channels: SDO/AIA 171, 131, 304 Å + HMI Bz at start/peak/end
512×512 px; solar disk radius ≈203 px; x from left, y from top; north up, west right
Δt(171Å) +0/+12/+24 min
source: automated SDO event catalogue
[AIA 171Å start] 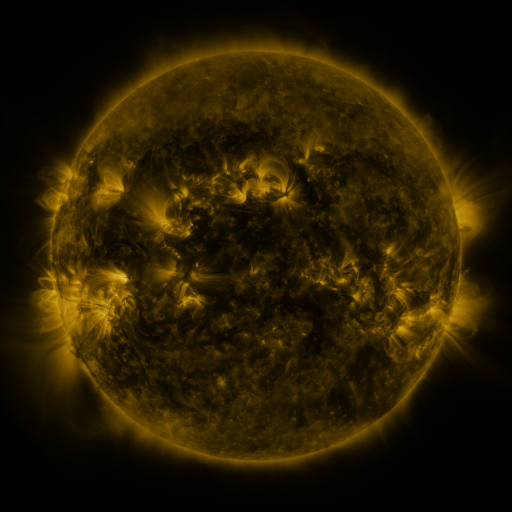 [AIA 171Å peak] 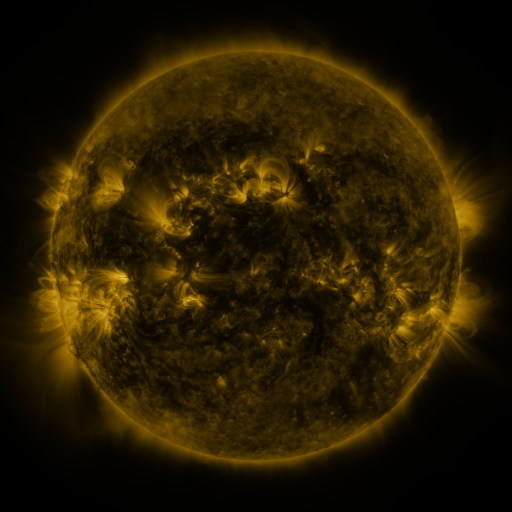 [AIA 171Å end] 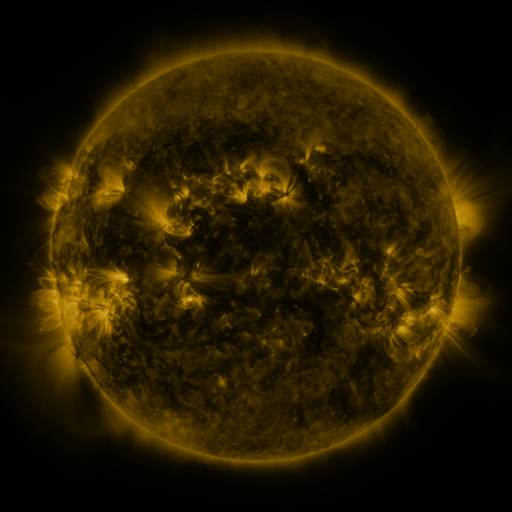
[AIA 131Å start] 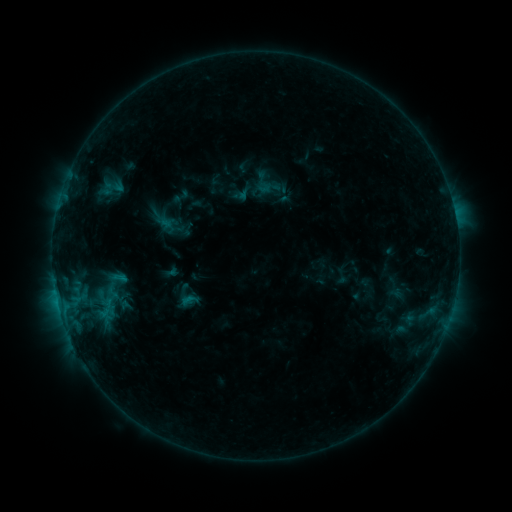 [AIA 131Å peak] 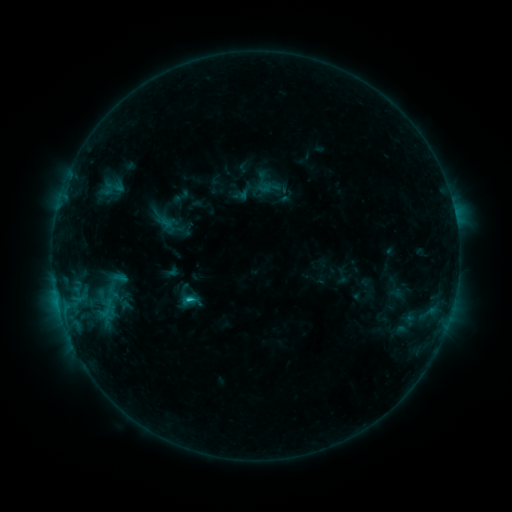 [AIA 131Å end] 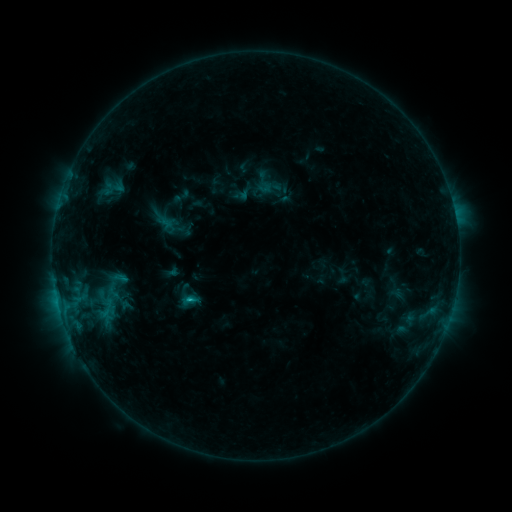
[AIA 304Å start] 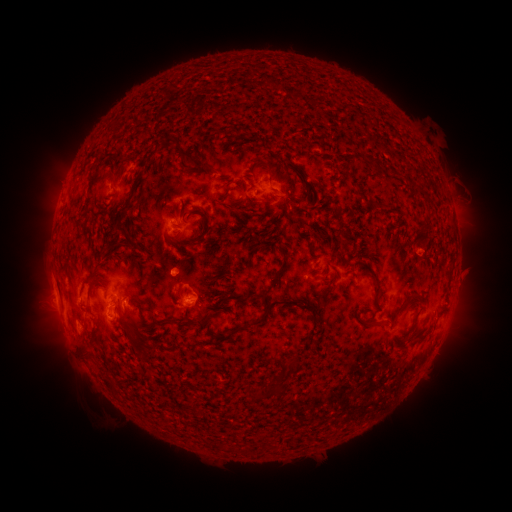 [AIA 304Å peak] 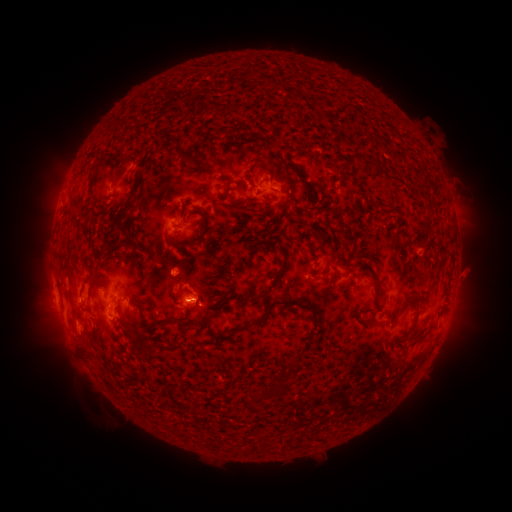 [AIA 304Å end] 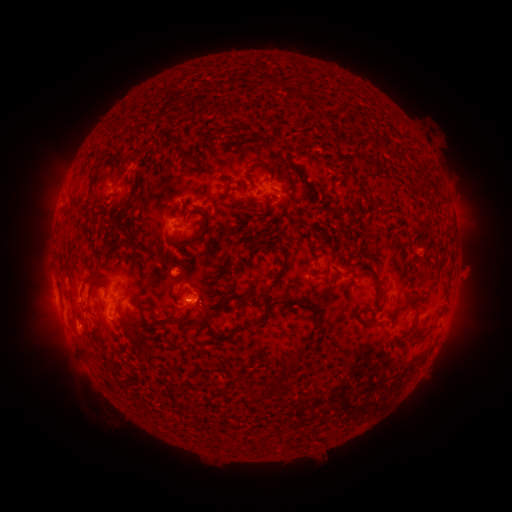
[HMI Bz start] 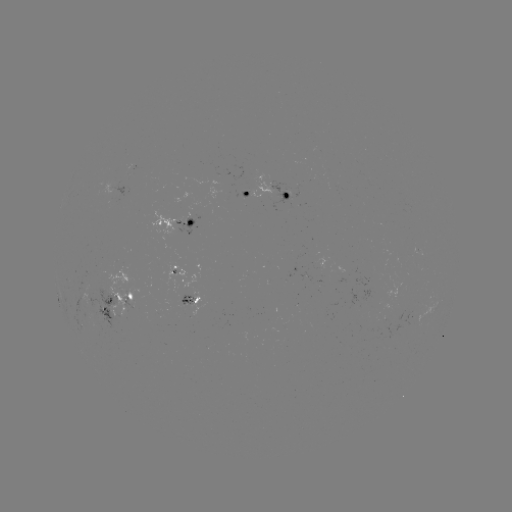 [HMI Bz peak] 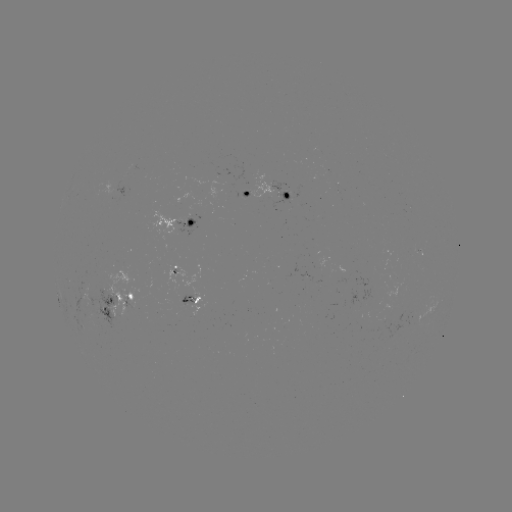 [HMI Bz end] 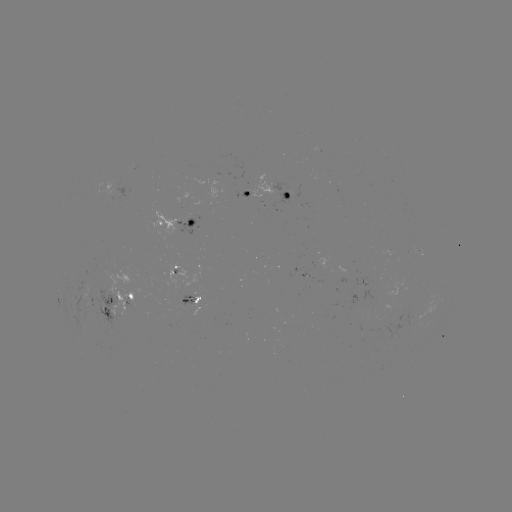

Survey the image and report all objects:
C1.1 flare: (189, 297)
